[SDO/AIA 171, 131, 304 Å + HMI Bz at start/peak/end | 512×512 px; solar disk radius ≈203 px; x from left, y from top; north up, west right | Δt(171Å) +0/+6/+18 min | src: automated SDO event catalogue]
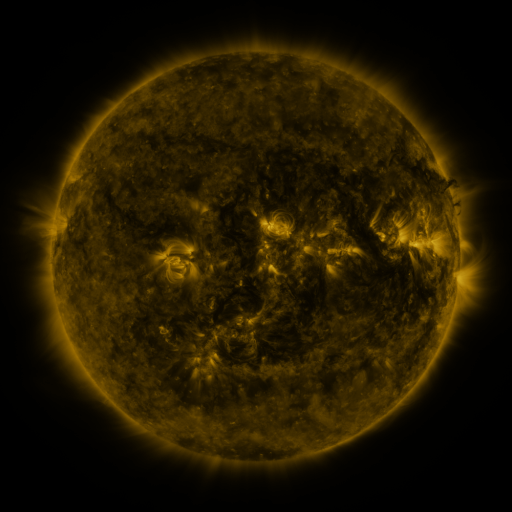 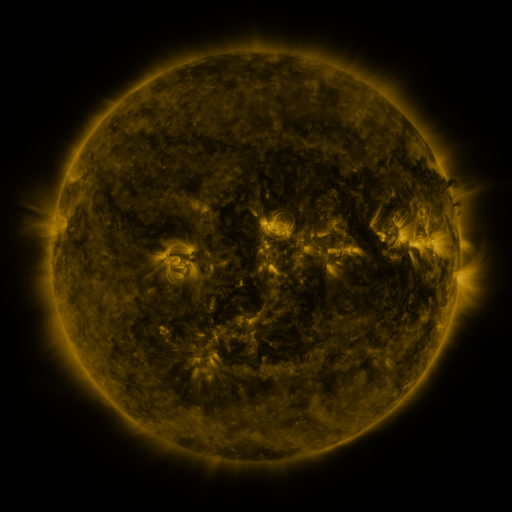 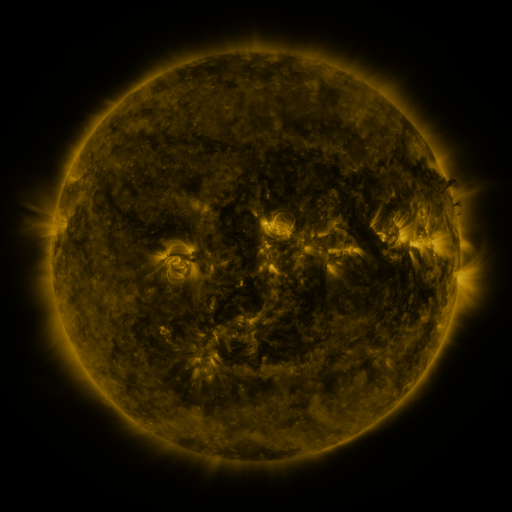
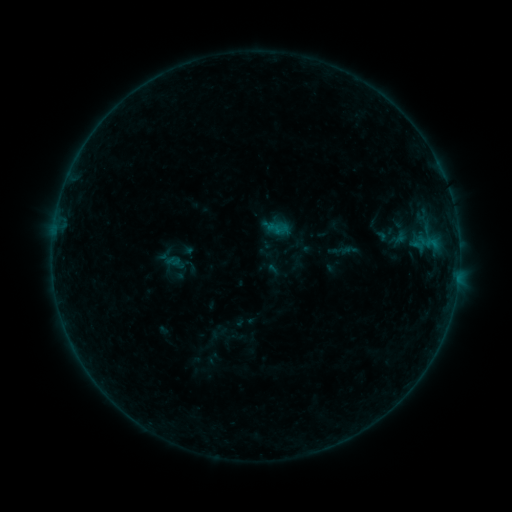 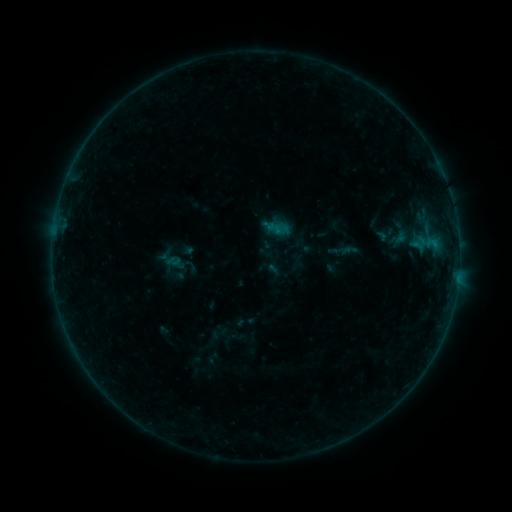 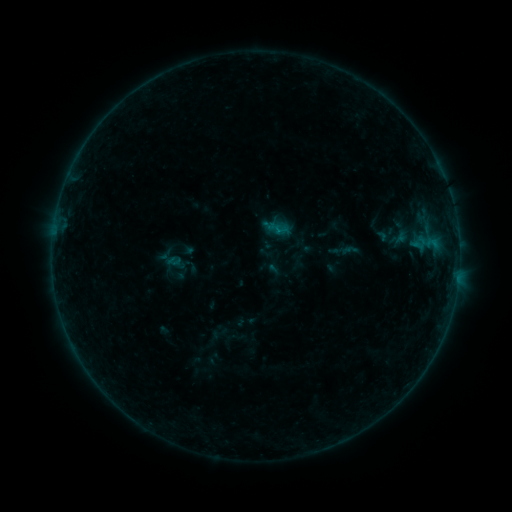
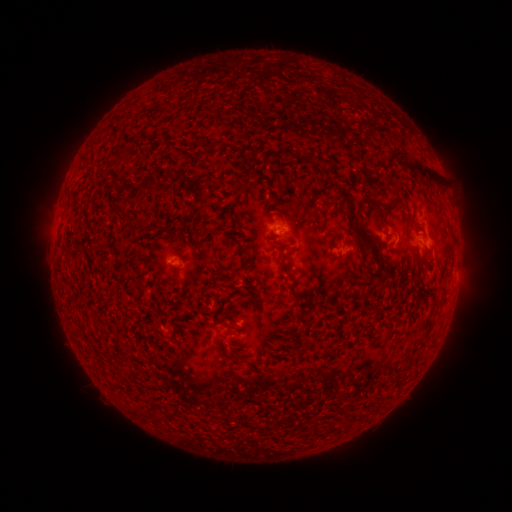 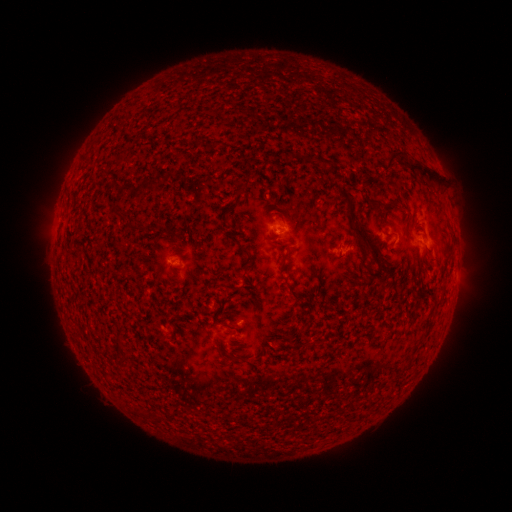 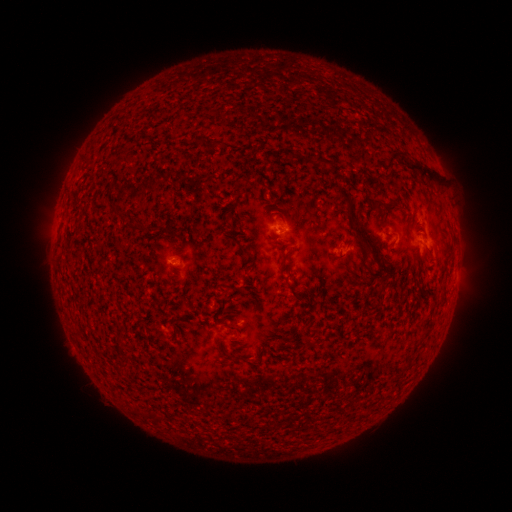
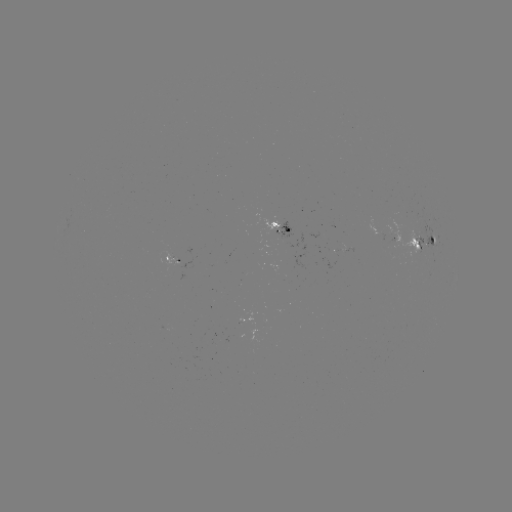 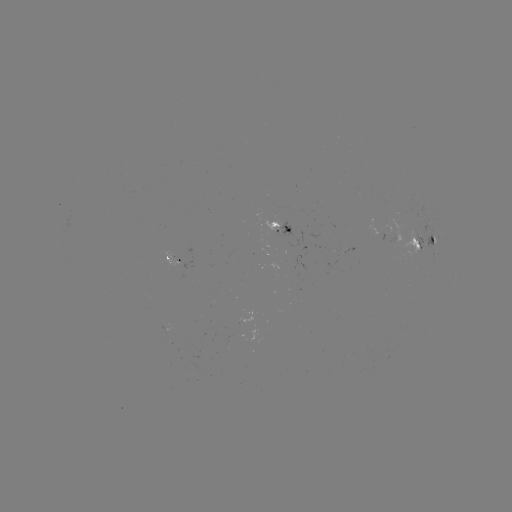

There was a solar flare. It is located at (276, 231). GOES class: B2.3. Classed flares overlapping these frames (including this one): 1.